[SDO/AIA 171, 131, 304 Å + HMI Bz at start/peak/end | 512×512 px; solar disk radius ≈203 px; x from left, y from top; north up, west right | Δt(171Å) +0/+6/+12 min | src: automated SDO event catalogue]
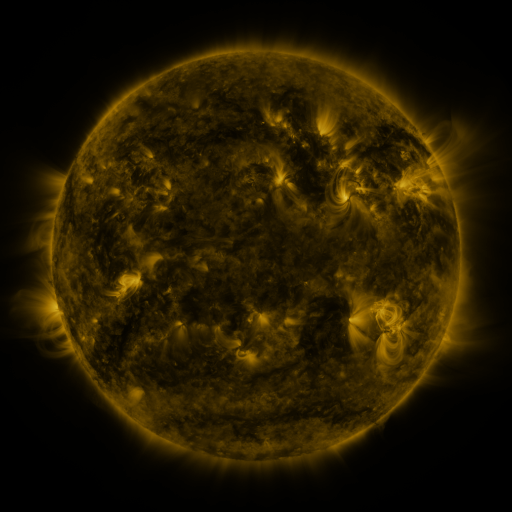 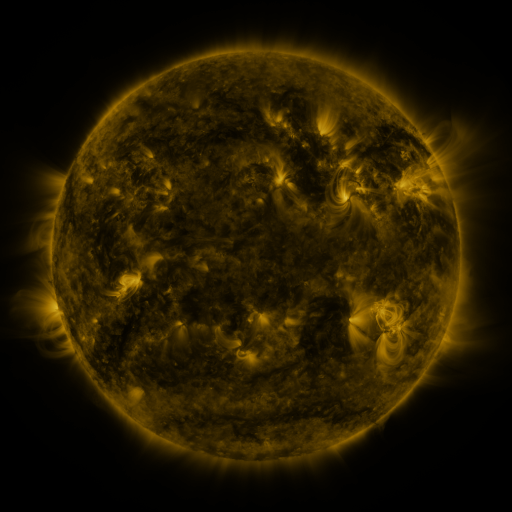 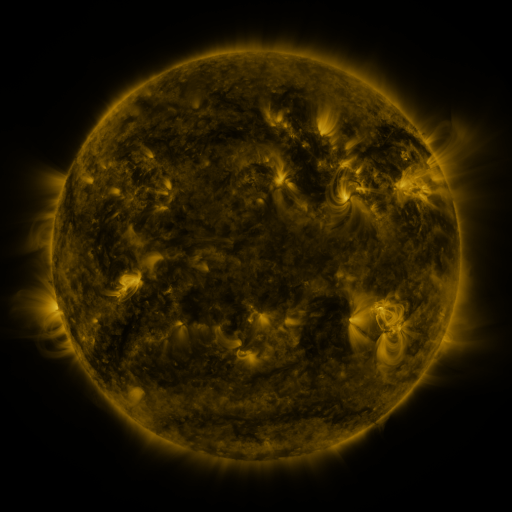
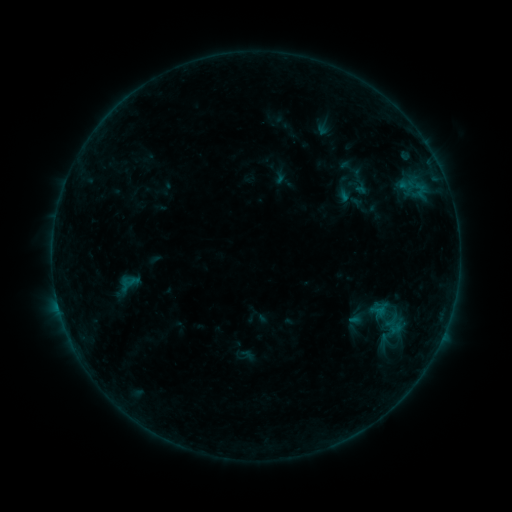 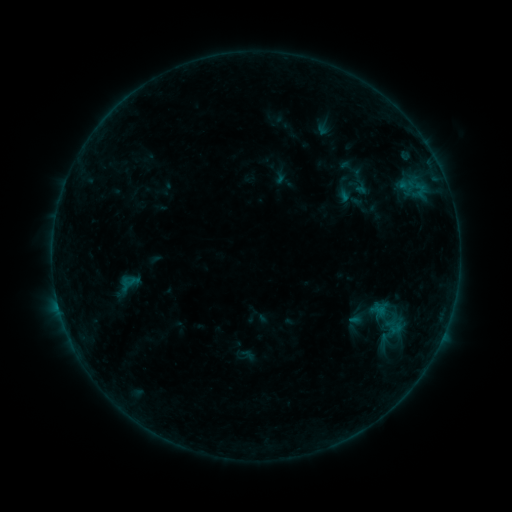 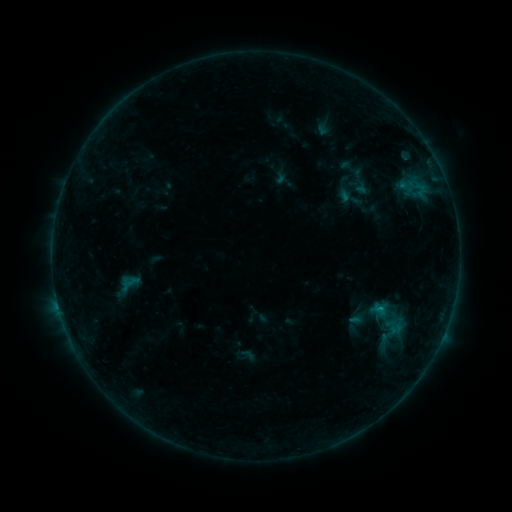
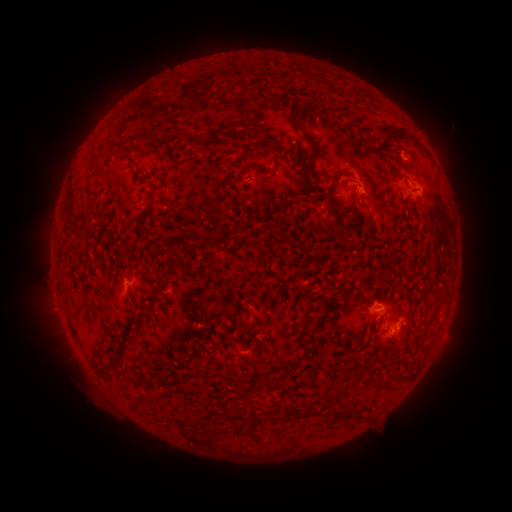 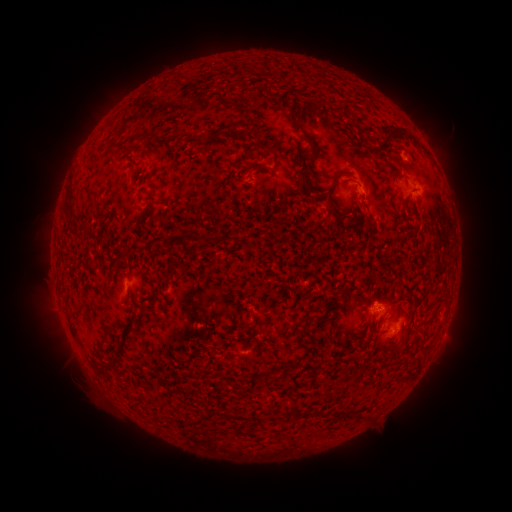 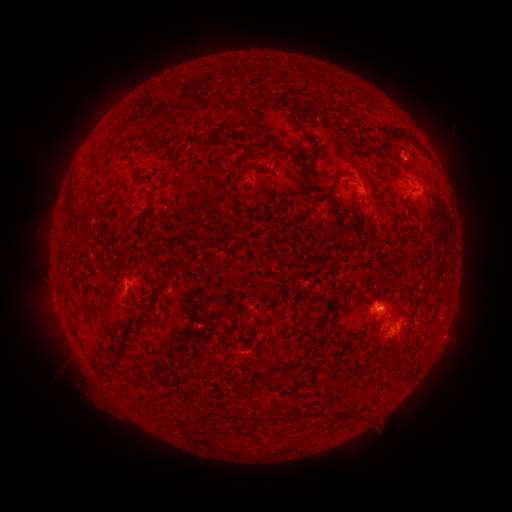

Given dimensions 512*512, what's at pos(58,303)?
B3.4 flare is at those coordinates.